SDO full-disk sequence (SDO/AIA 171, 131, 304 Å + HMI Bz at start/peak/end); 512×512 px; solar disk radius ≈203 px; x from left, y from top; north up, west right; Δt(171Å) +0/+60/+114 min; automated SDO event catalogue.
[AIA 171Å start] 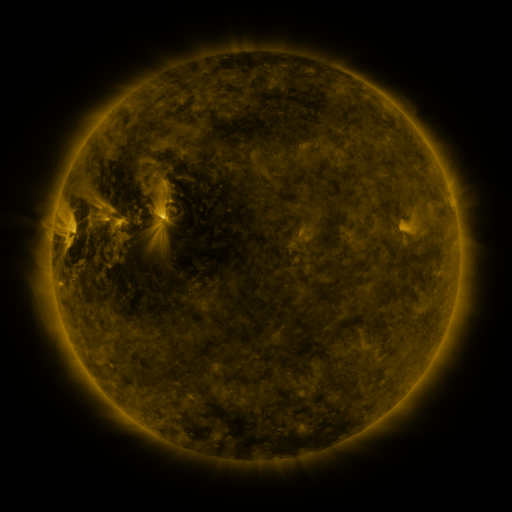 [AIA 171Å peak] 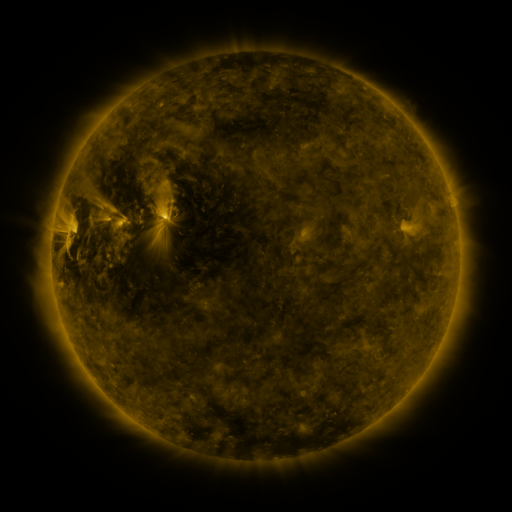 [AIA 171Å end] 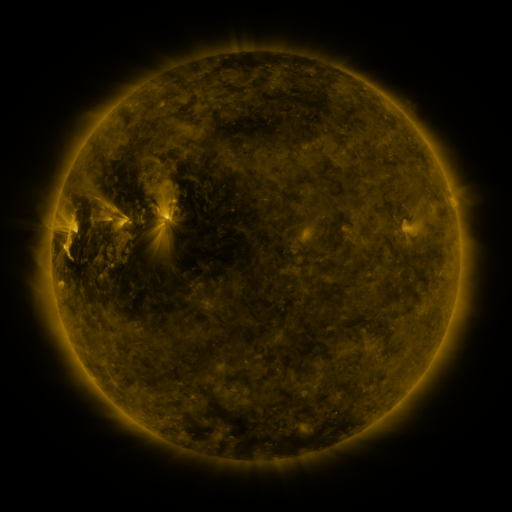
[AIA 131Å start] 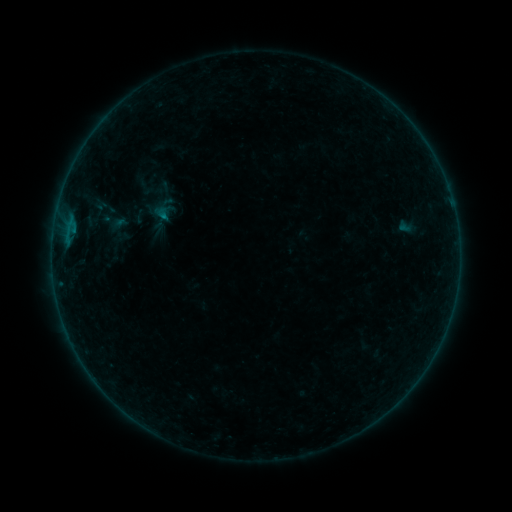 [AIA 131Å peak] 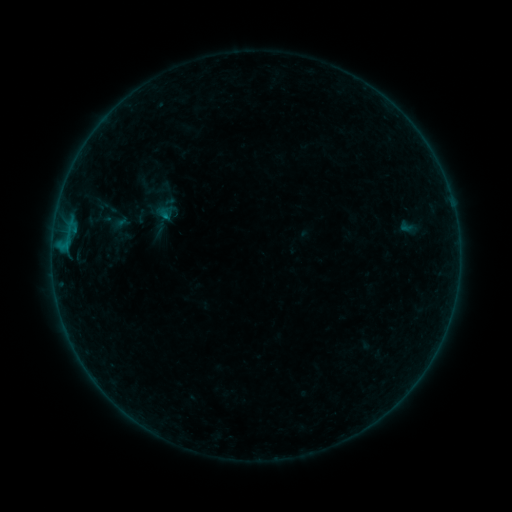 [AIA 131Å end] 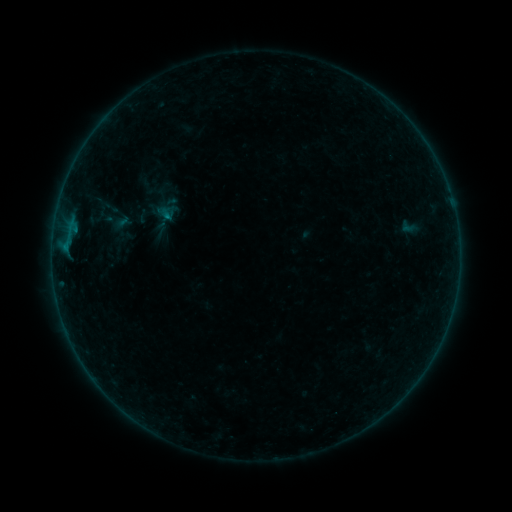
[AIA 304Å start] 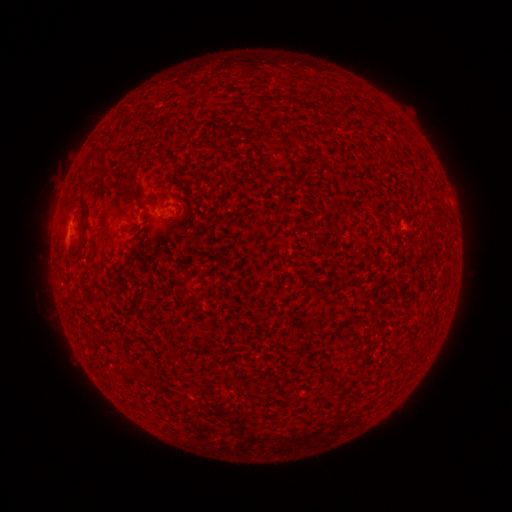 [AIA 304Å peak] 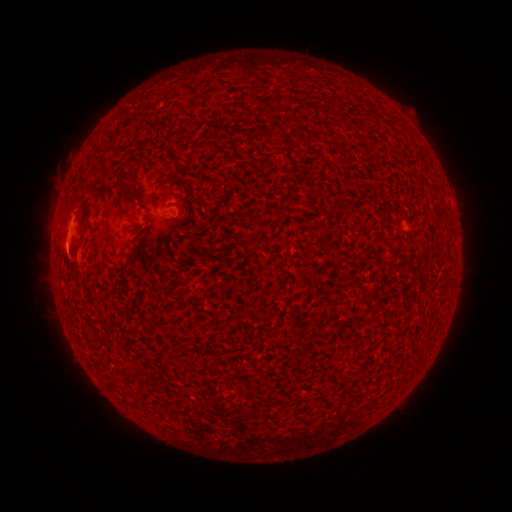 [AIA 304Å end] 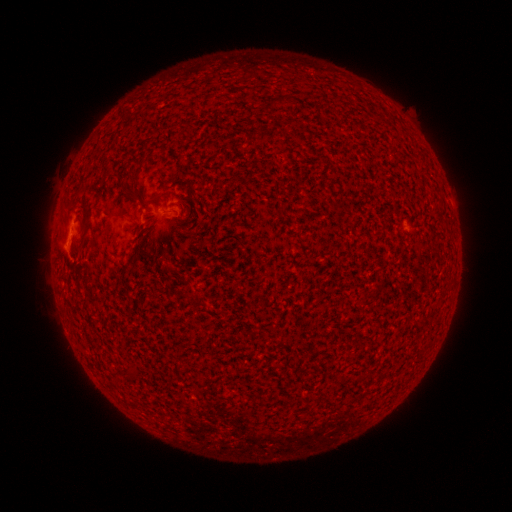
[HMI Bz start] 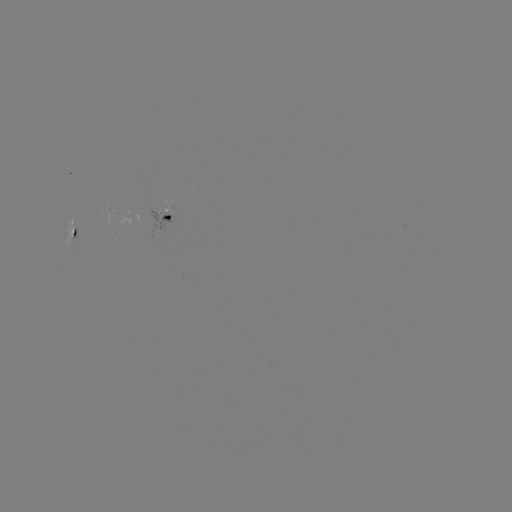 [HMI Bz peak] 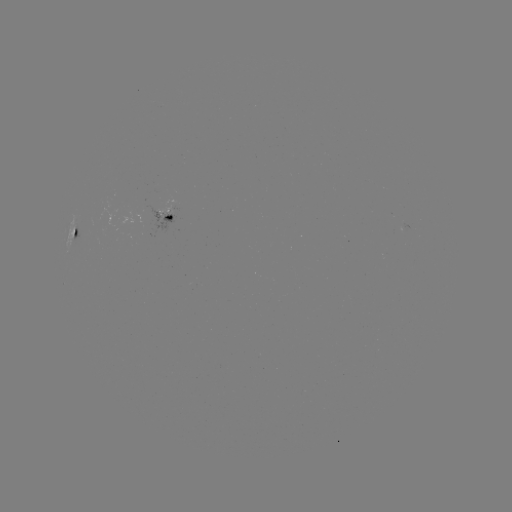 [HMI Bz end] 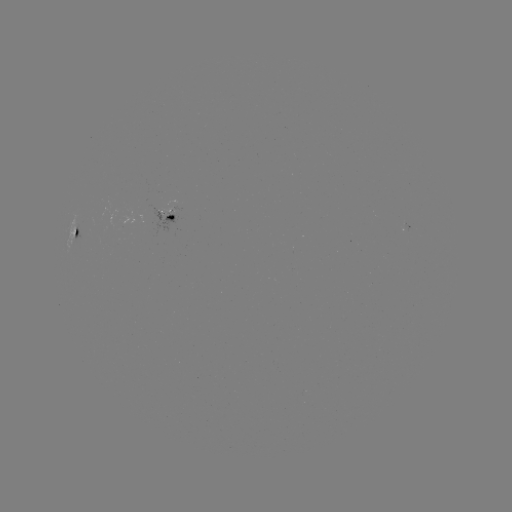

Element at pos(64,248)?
B4.2 flare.